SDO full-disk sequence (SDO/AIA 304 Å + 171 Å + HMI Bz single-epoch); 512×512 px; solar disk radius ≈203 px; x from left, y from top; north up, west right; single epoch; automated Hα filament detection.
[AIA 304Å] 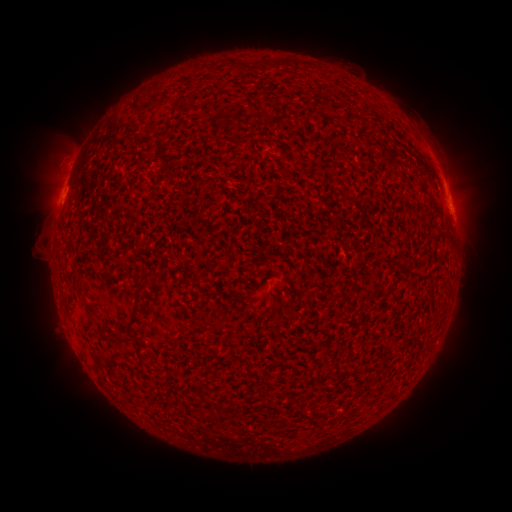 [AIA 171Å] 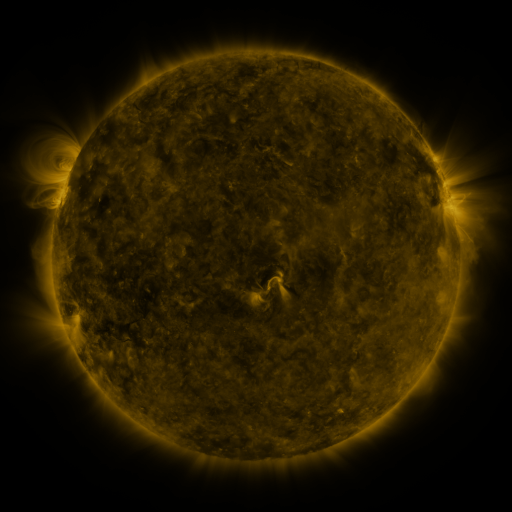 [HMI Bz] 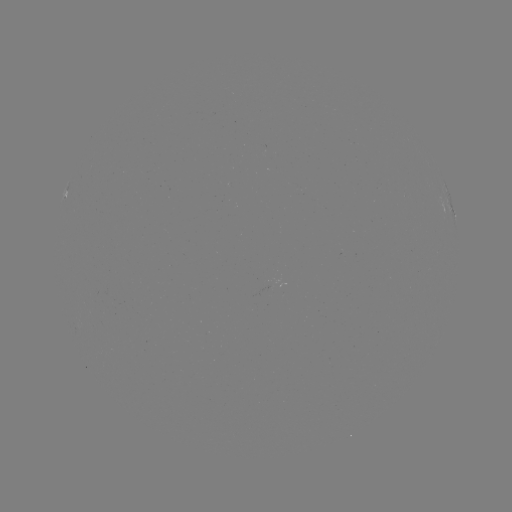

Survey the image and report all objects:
filament: (278, 66)
filament: (298, 66)
filament: (157, 87)
filament: (253, 107)
filament: (139, 114)
filament: (148, 273)
filament: (91, 312)
filament: (132, 320)
filament: (118, 338)
